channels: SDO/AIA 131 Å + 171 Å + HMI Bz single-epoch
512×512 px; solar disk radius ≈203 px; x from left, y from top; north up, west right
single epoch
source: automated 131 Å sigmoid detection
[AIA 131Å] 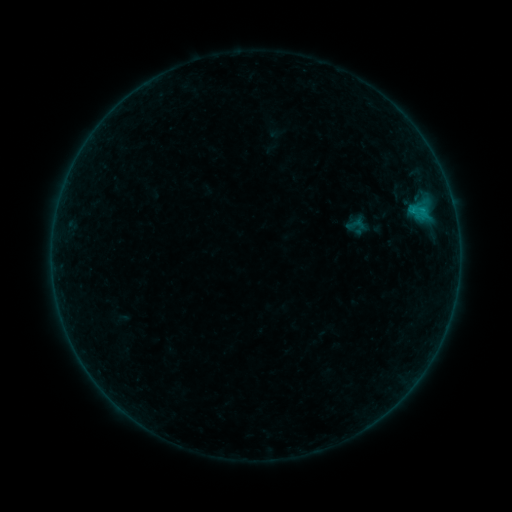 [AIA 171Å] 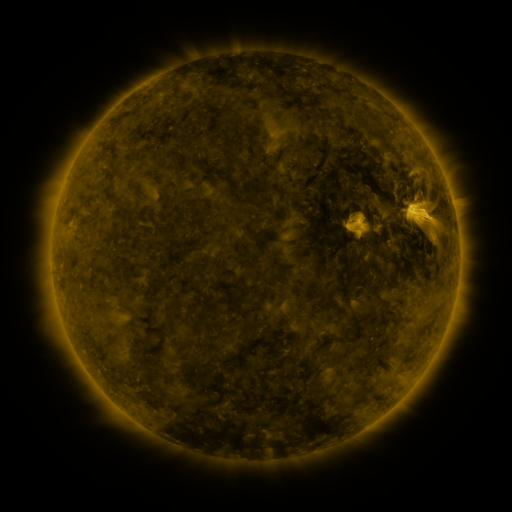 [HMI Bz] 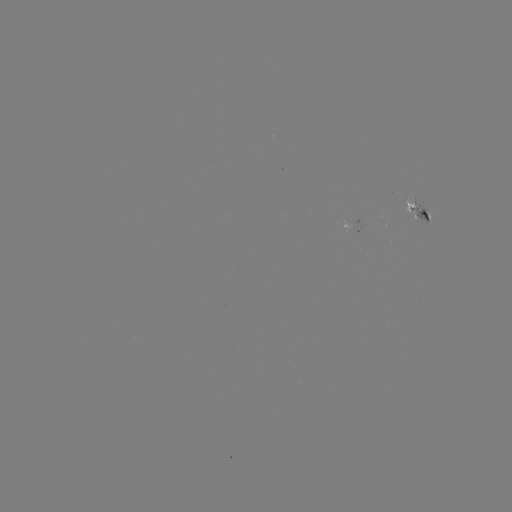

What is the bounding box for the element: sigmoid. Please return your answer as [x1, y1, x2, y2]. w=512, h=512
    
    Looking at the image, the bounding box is [345, 212, 367, 236].